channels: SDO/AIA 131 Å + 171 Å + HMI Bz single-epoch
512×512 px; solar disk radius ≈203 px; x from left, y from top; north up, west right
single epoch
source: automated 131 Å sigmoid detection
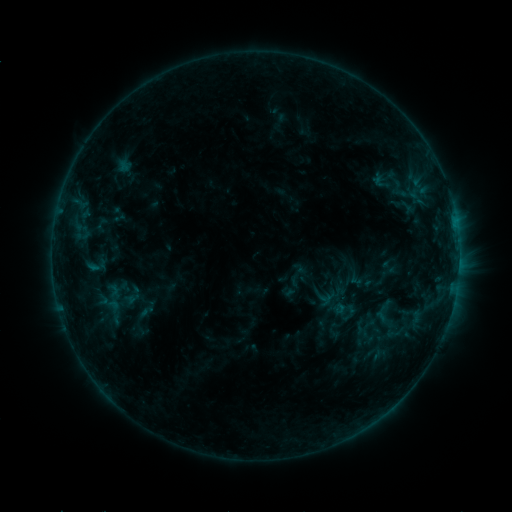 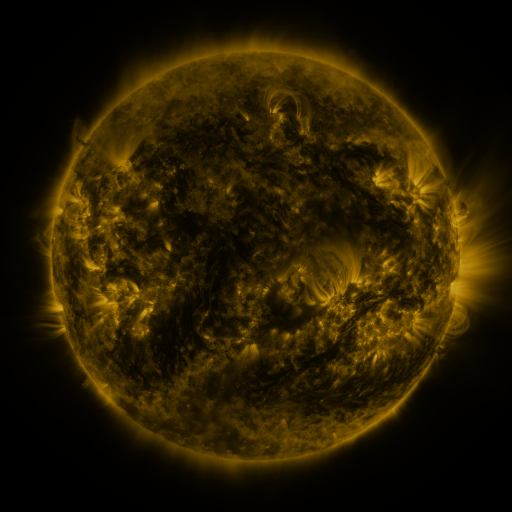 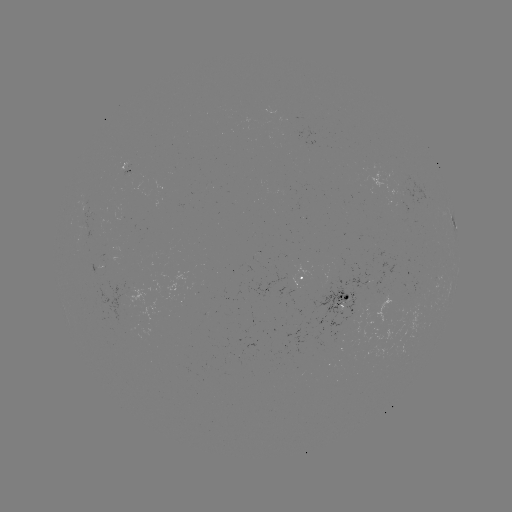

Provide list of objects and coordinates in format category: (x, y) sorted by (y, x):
sigmoid: (339, 307)
sigmoid: (367, 328)
